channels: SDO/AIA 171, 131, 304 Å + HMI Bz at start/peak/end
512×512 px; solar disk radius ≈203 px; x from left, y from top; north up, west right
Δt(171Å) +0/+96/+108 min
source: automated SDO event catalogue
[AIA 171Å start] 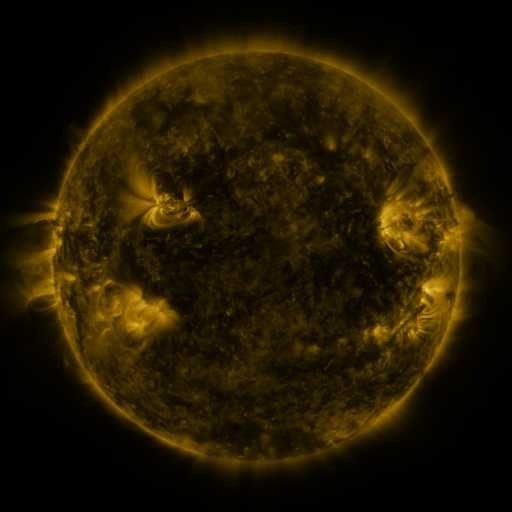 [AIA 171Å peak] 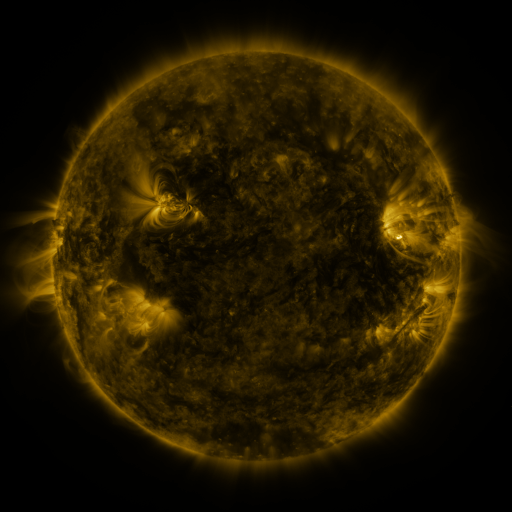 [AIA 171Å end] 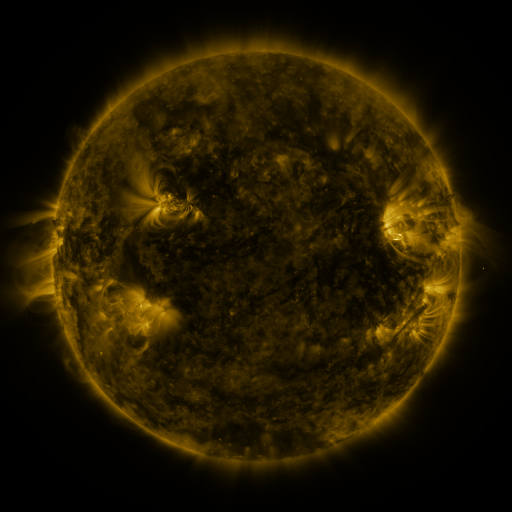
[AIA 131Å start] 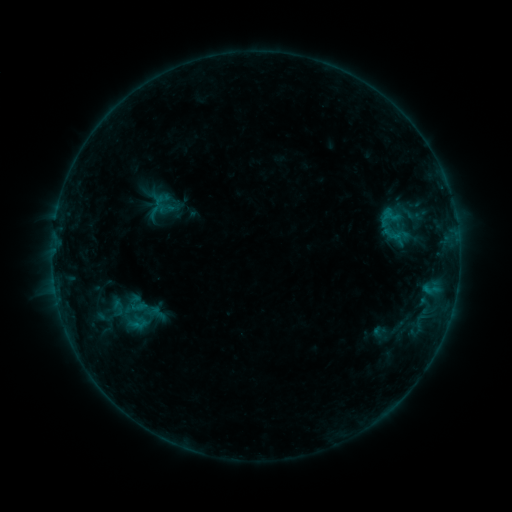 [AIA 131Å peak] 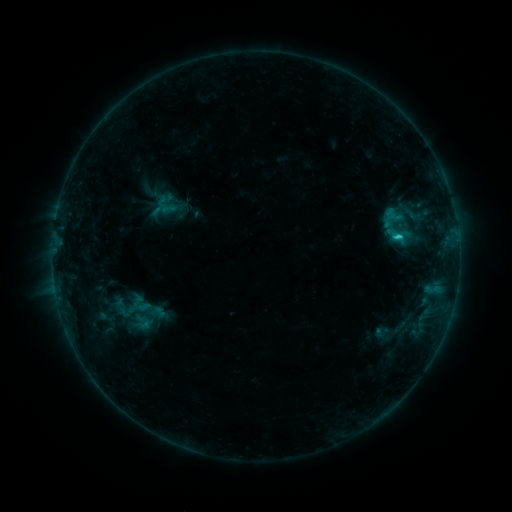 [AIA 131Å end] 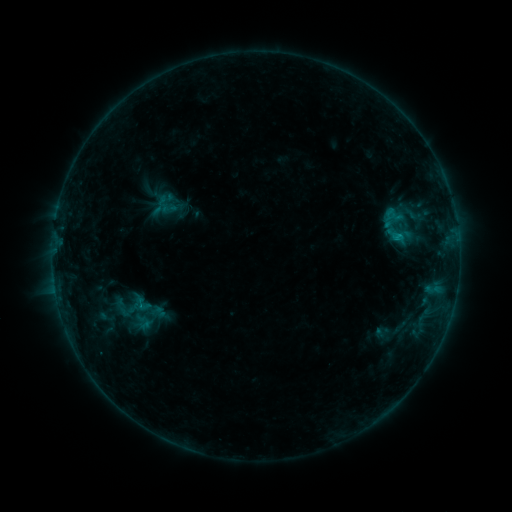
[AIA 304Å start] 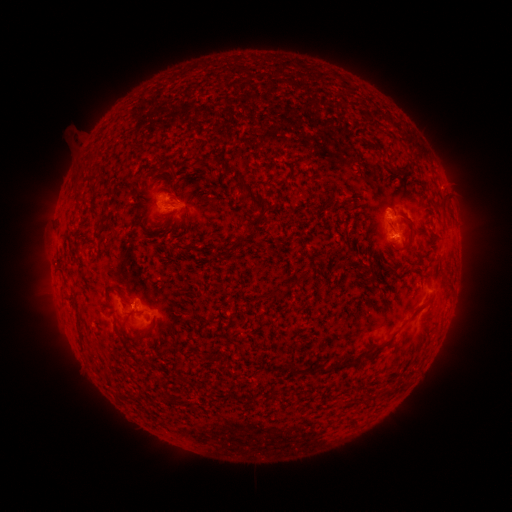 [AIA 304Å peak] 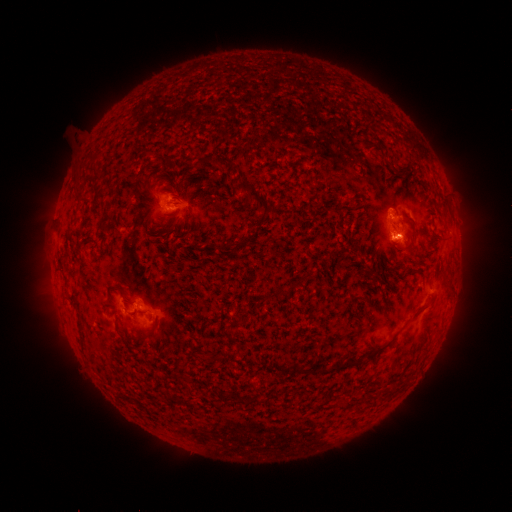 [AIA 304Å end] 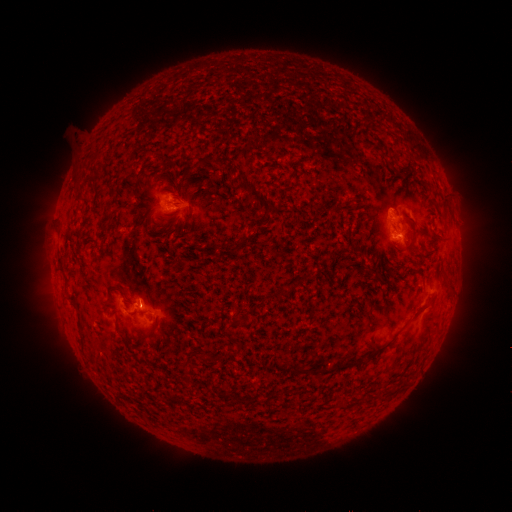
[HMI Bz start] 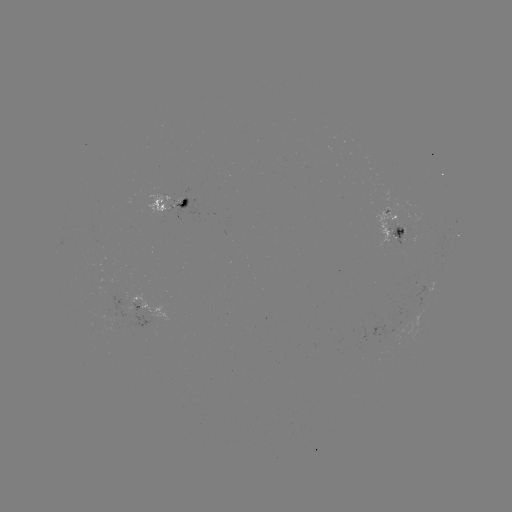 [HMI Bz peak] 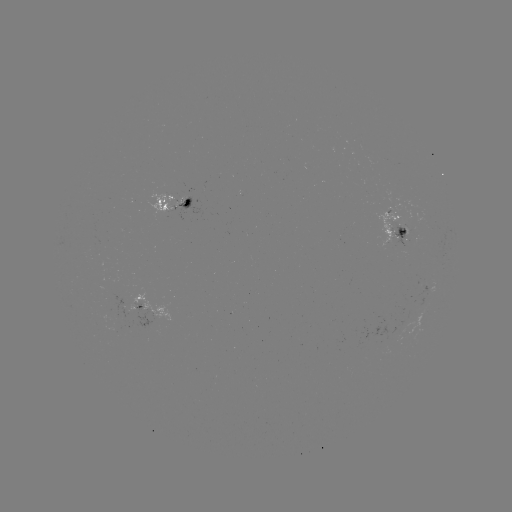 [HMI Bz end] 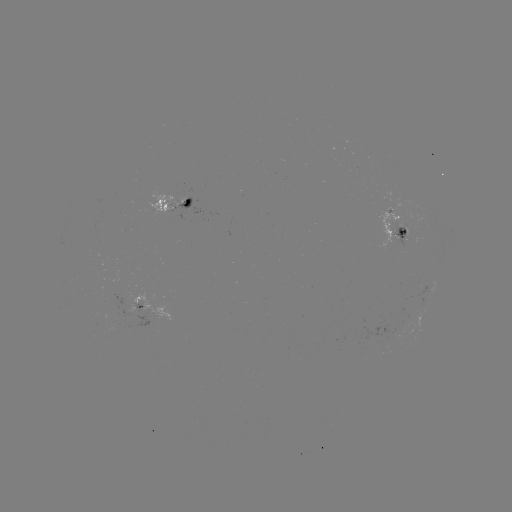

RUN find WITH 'emerging-flux region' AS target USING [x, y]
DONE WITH [388, 219] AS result